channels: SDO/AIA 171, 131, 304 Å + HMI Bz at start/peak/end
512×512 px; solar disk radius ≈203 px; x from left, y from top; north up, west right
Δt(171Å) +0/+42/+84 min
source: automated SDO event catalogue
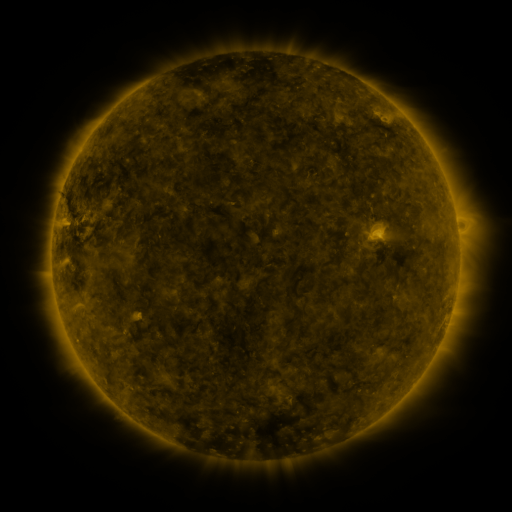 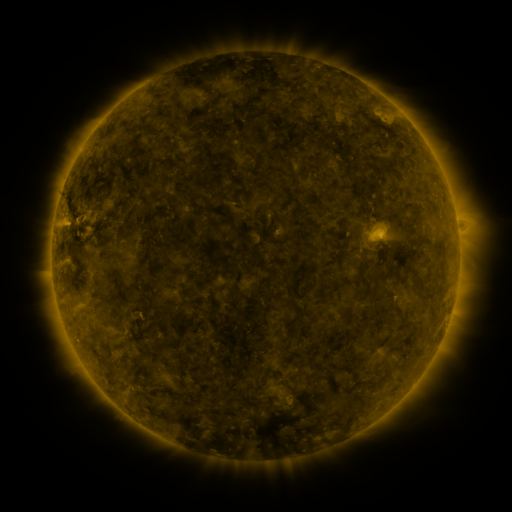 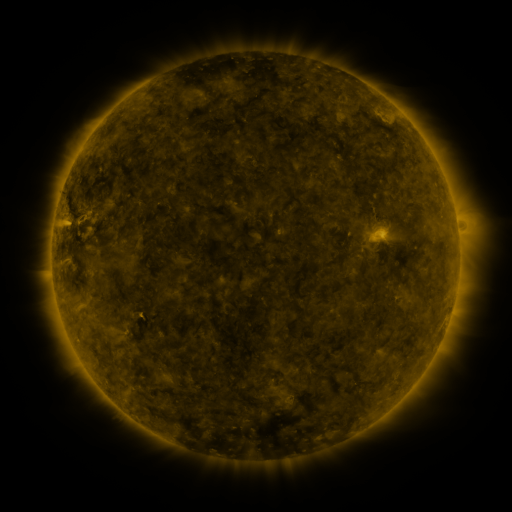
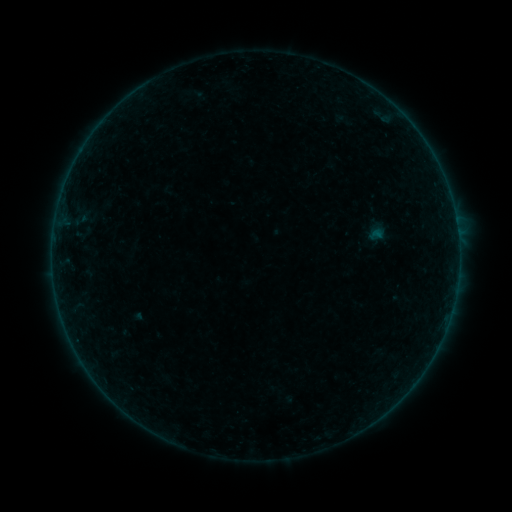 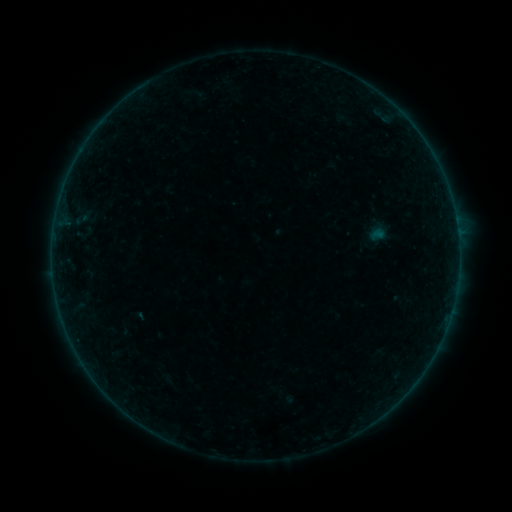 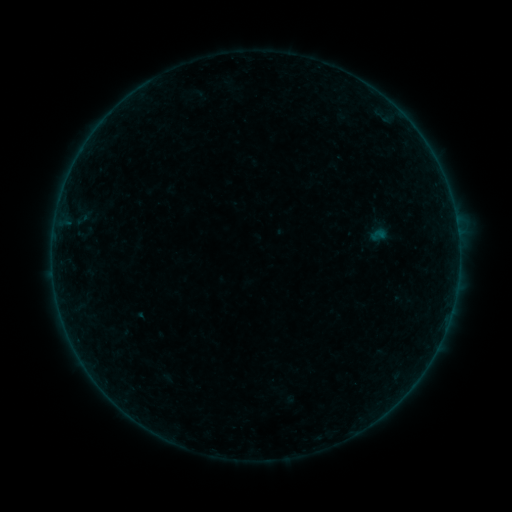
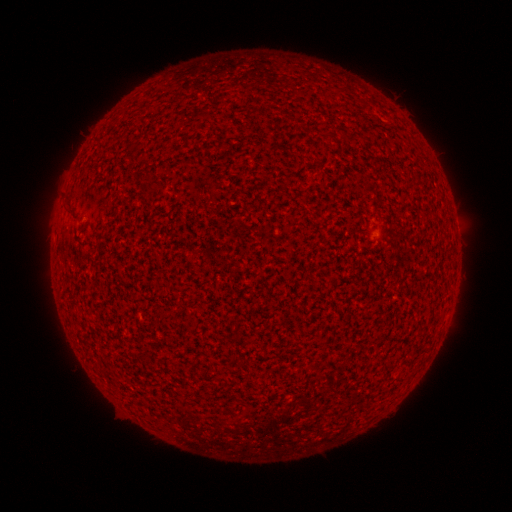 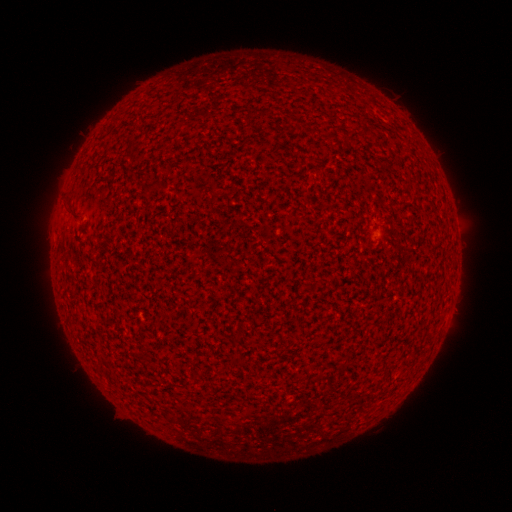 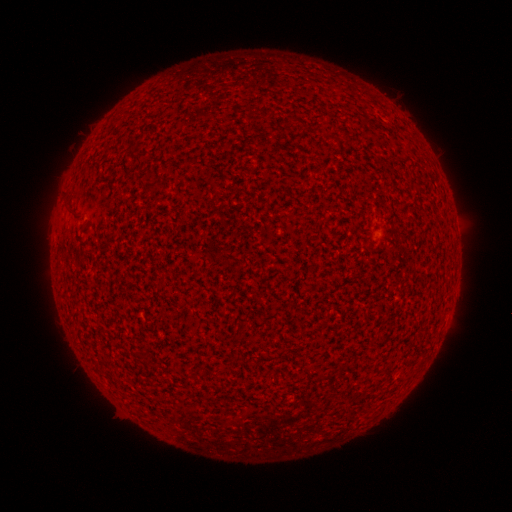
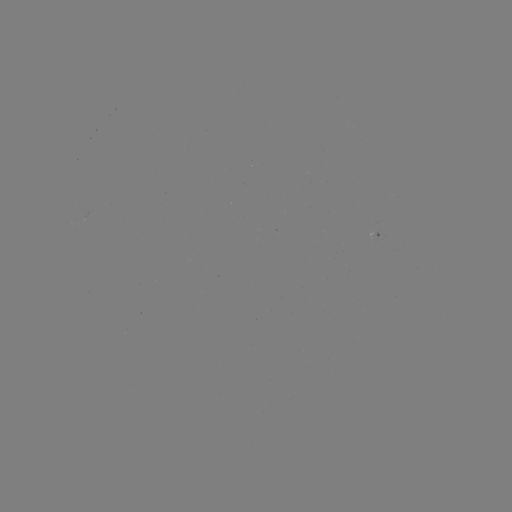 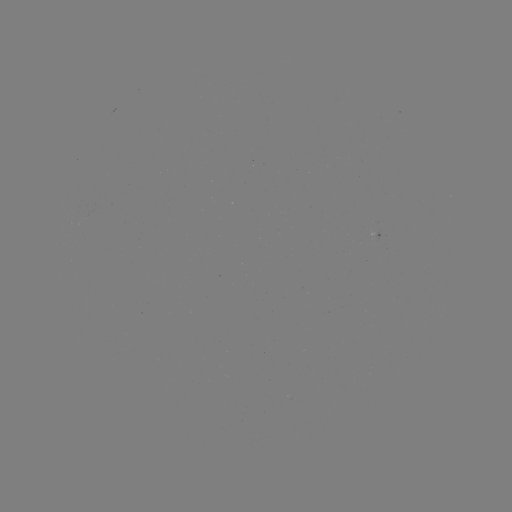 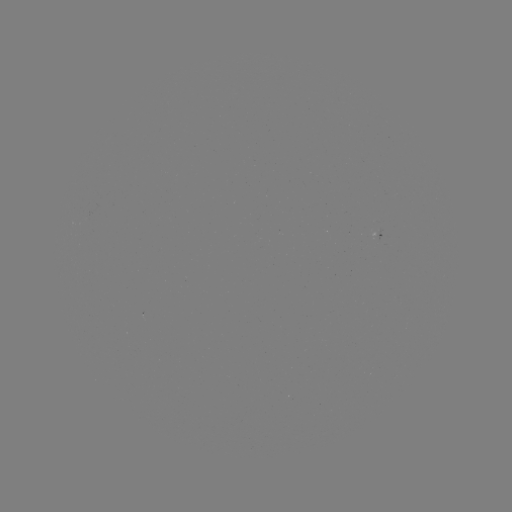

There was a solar flare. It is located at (139, 313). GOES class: A1.8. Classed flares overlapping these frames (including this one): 1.